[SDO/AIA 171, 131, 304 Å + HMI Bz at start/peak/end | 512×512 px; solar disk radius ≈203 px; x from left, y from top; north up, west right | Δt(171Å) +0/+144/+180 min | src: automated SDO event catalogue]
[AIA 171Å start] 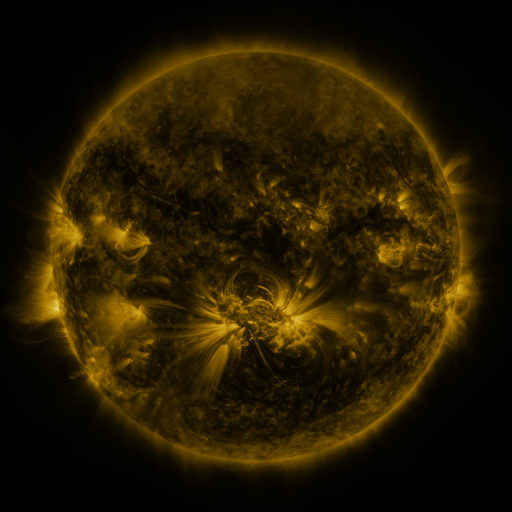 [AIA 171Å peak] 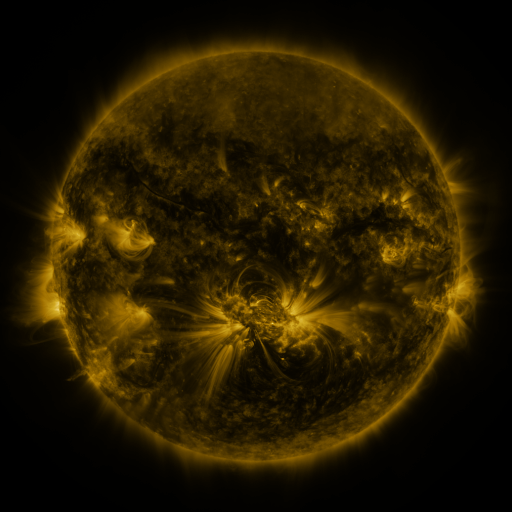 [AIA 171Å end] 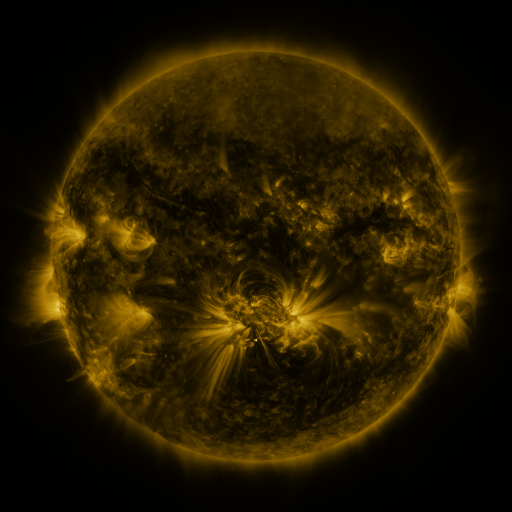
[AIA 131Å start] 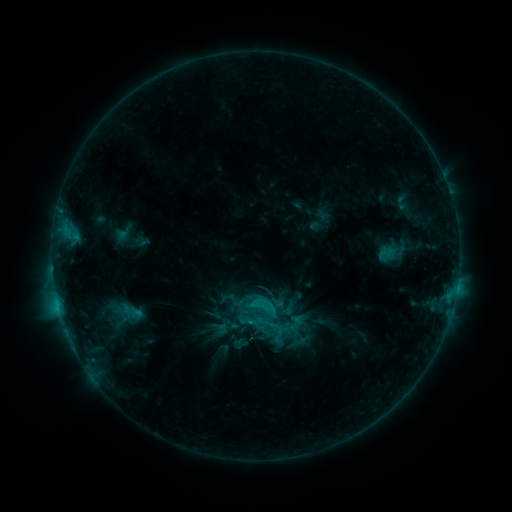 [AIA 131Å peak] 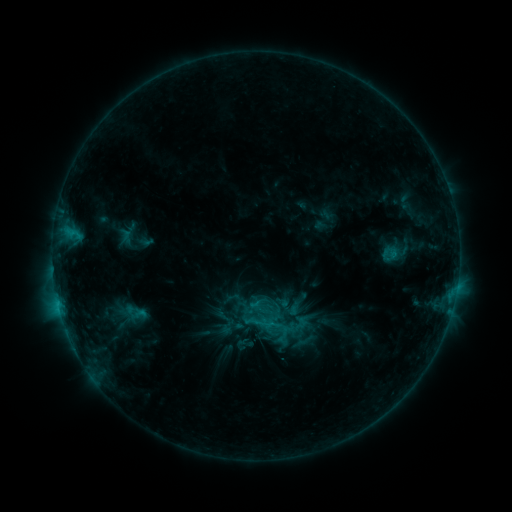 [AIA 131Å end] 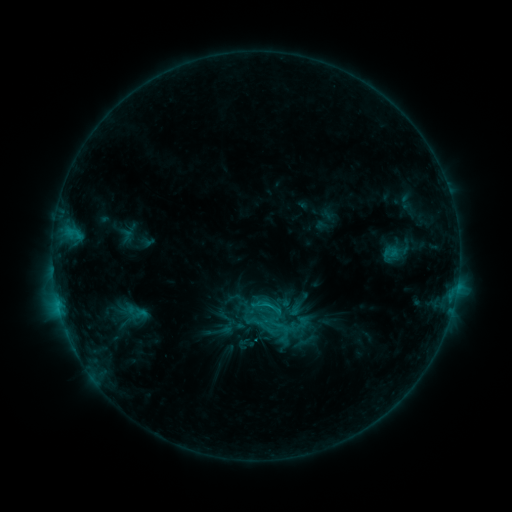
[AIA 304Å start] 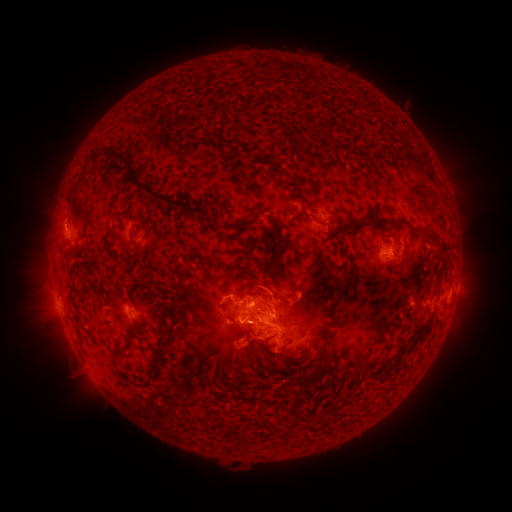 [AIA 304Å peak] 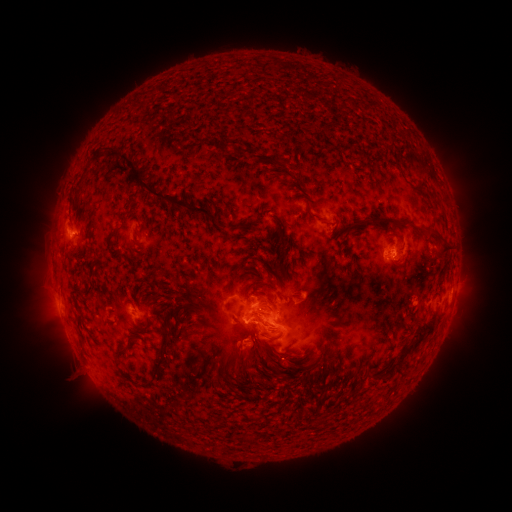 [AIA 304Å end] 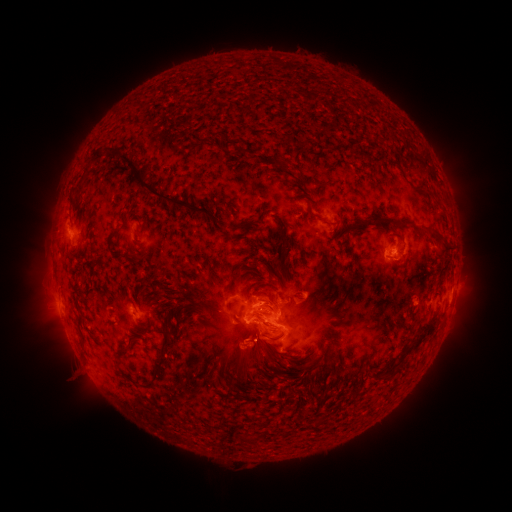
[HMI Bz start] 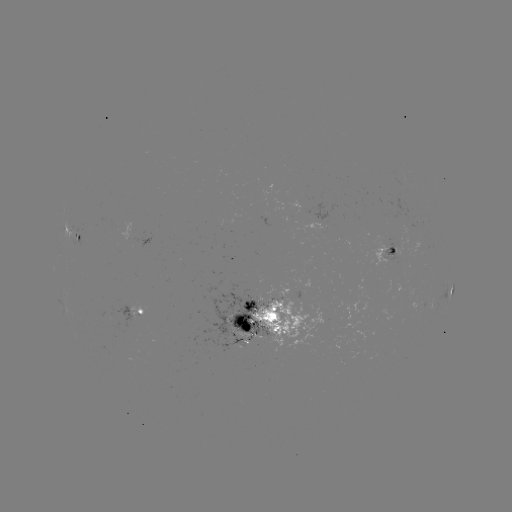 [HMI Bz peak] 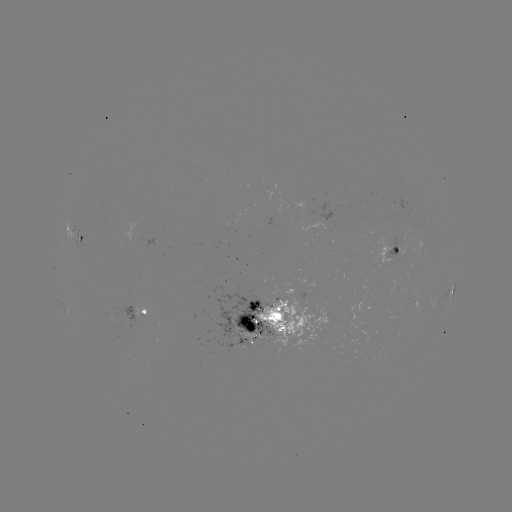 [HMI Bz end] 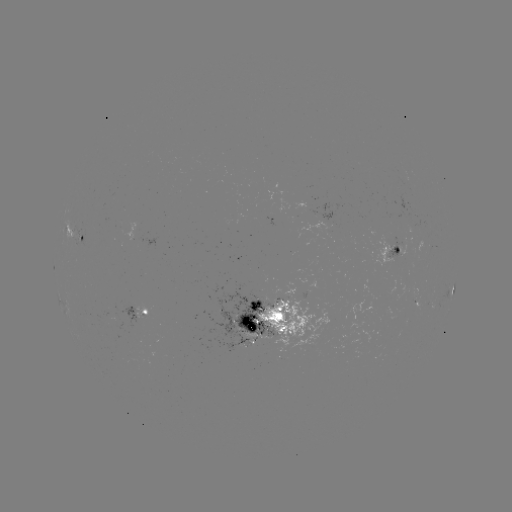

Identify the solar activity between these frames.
emerging-flux region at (254, 329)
